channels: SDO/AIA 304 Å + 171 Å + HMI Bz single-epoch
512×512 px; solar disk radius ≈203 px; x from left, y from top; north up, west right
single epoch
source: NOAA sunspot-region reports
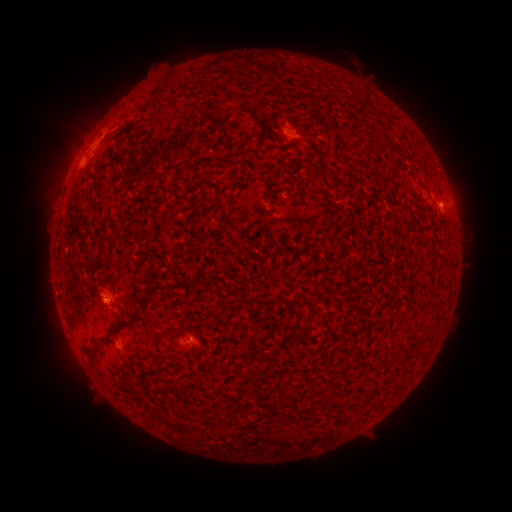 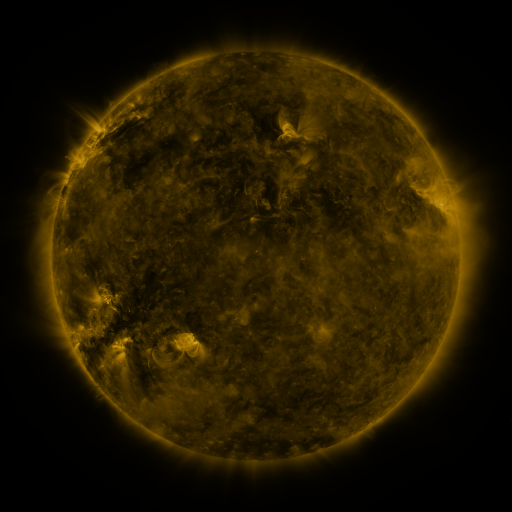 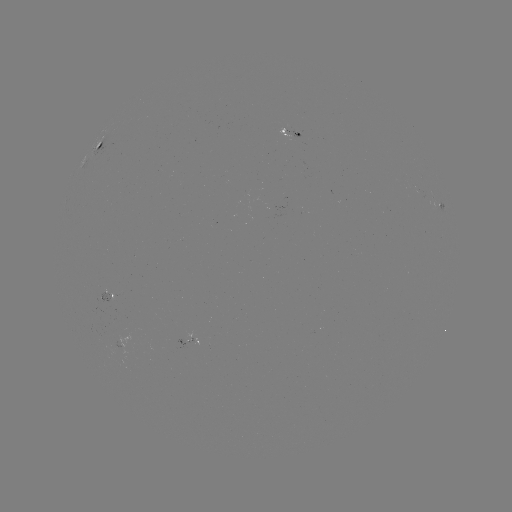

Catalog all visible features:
spotted active region: (97, 144)
spotted active region: (443, 210)
